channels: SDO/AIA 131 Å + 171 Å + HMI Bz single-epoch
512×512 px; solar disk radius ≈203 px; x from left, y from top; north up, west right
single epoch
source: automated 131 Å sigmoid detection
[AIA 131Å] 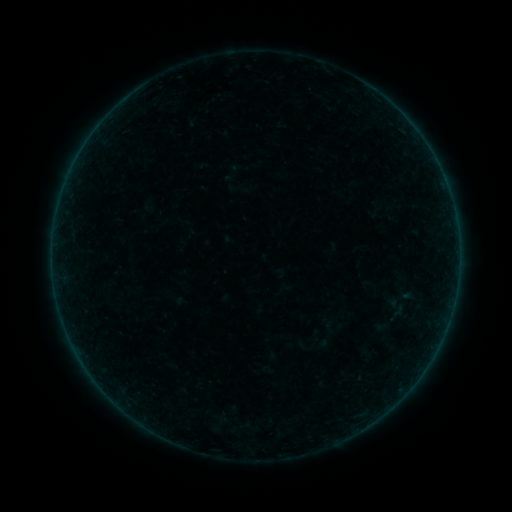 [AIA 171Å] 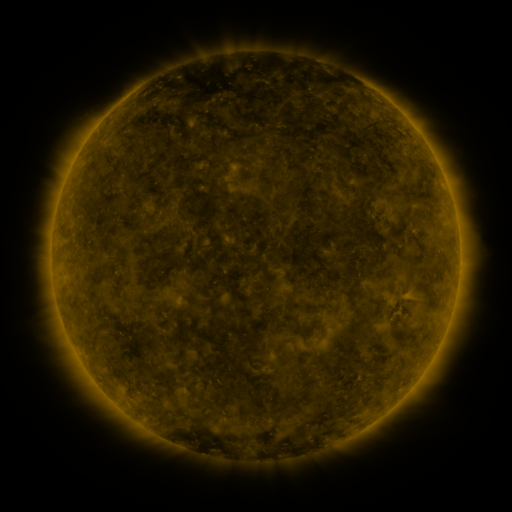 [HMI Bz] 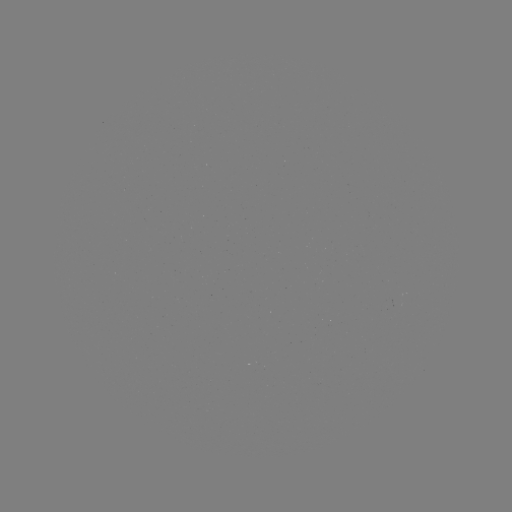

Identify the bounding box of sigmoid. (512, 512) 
[387, 298, 406, 317].